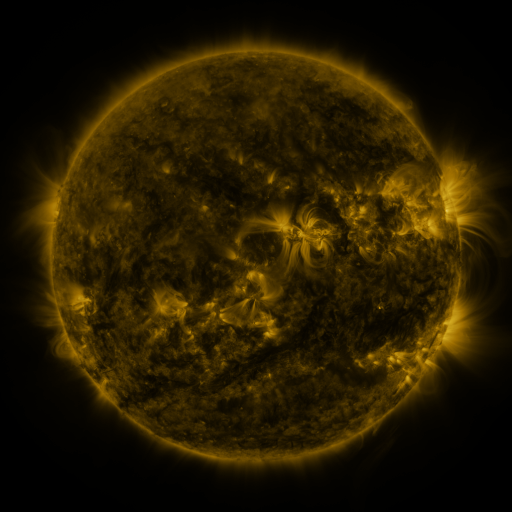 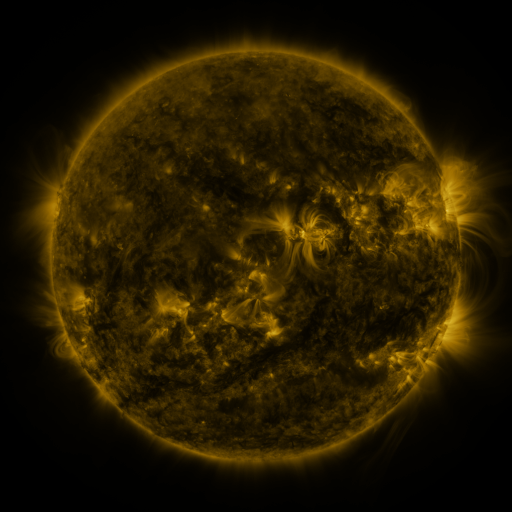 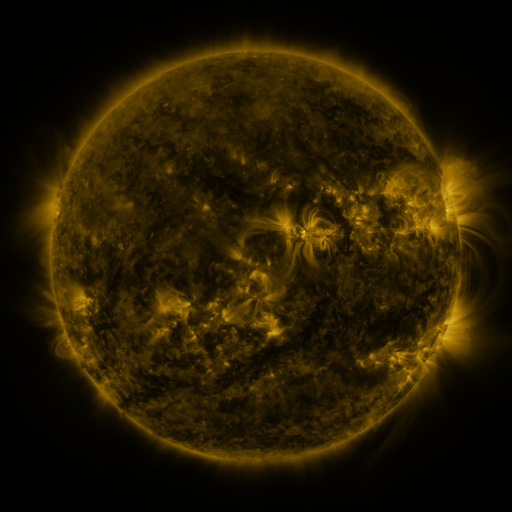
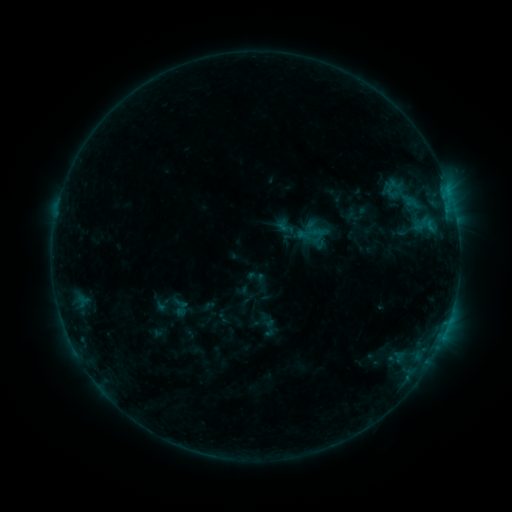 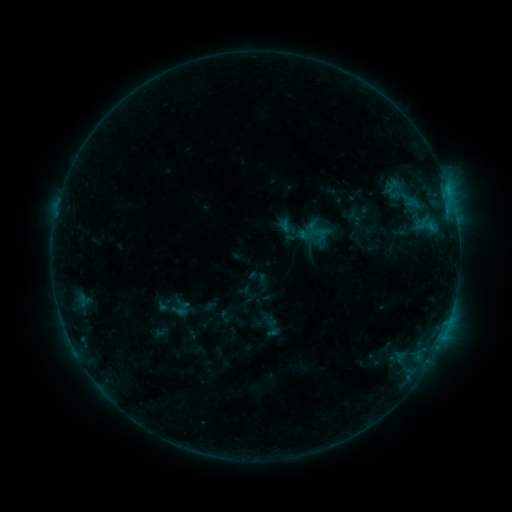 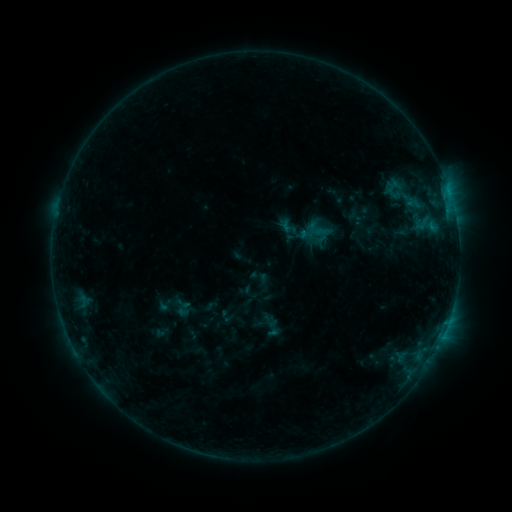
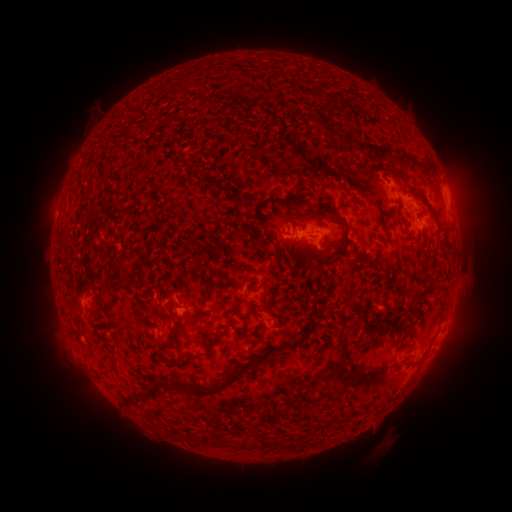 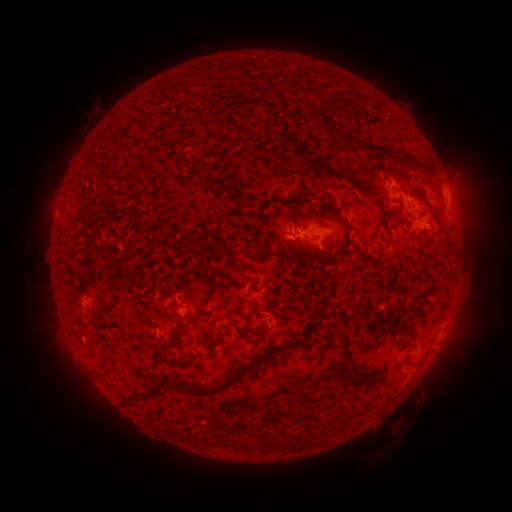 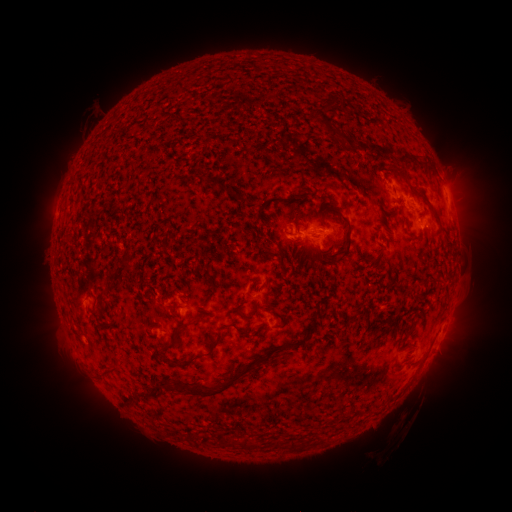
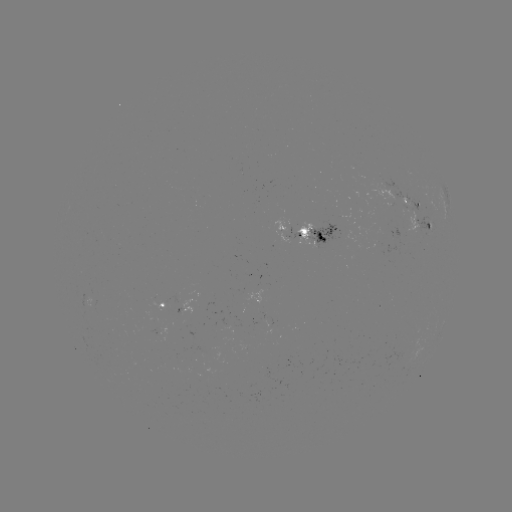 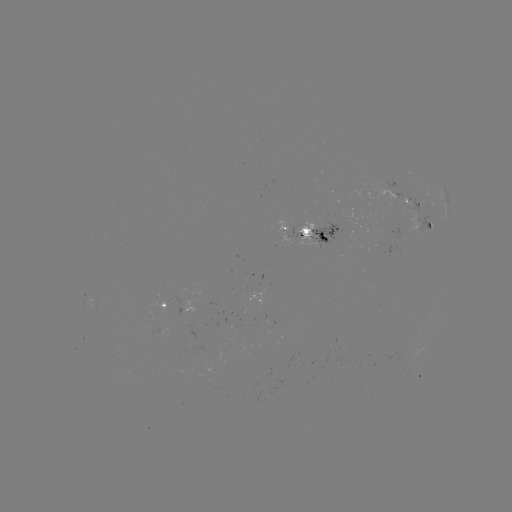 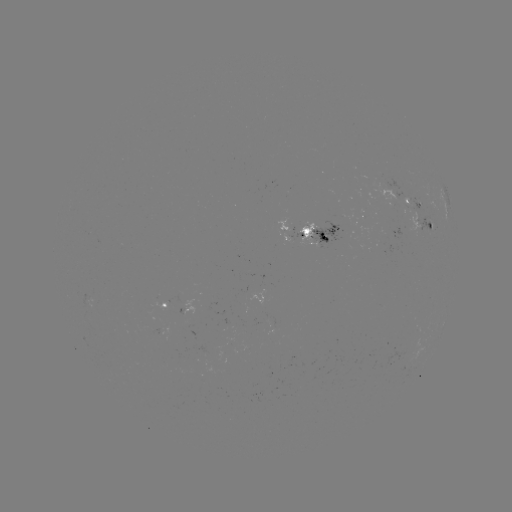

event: emerging-flux region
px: (415, 218)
